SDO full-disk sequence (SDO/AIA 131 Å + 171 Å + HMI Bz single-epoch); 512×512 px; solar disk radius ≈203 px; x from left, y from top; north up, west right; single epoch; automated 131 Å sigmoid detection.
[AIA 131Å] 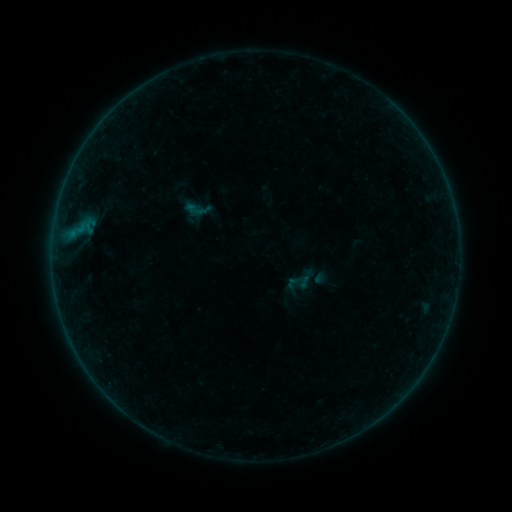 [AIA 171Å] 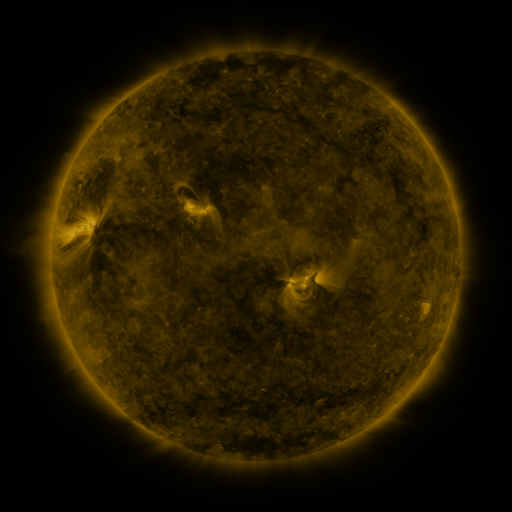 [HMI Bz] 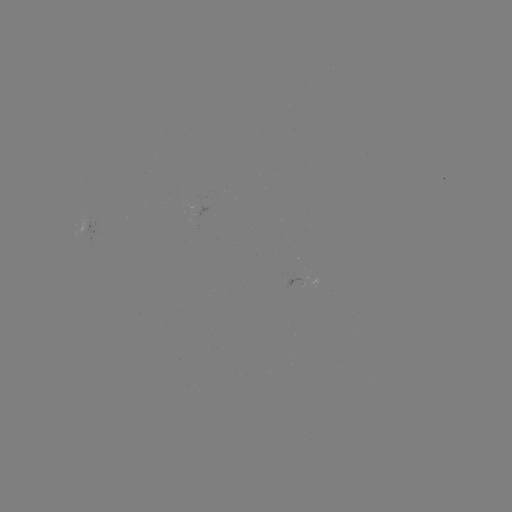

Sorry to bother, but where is sigmoid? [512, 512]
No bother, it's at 197,209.